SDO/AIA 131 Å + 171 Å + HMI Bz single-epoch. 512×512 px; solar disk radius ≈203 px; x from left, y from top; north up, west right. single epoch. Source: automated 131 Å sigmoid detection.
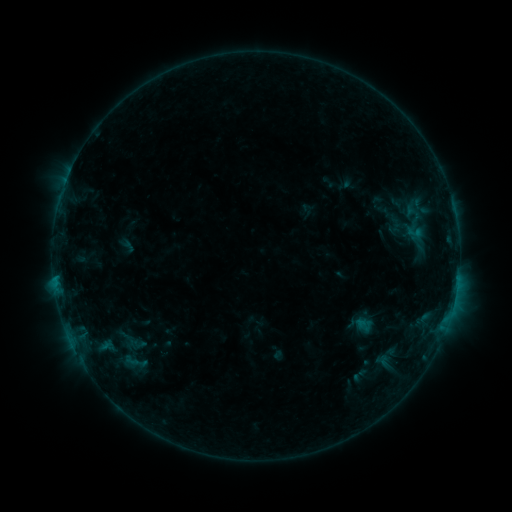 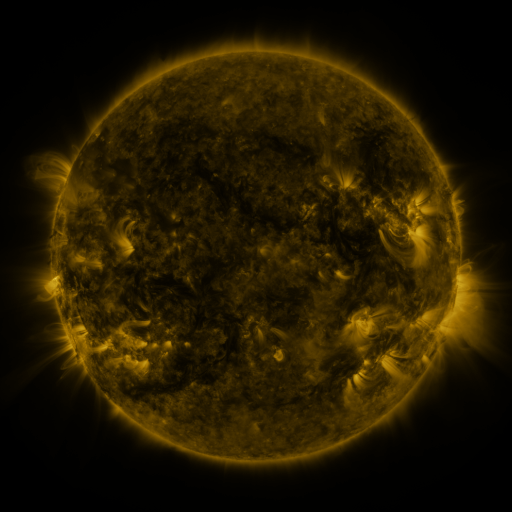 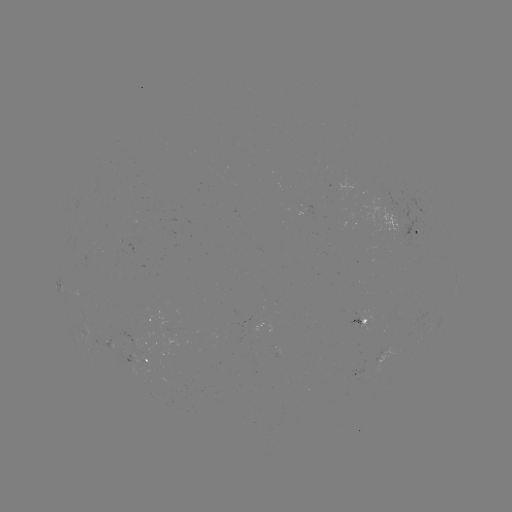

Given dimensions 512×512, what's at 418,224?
sigmoid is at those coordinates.